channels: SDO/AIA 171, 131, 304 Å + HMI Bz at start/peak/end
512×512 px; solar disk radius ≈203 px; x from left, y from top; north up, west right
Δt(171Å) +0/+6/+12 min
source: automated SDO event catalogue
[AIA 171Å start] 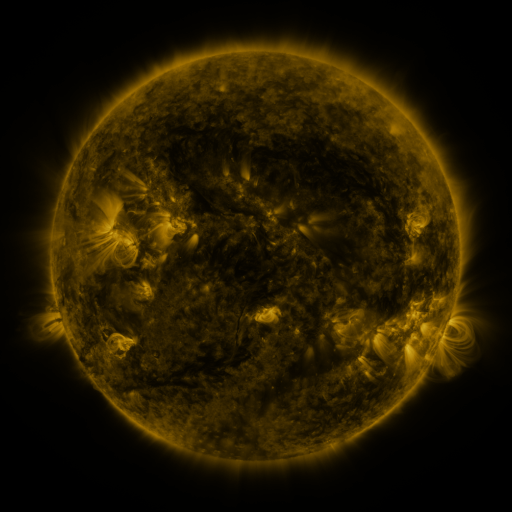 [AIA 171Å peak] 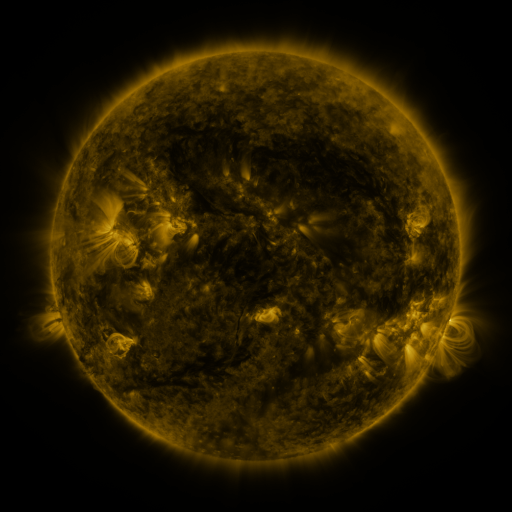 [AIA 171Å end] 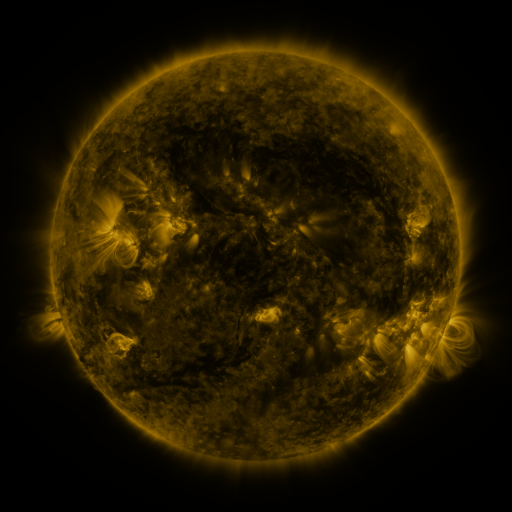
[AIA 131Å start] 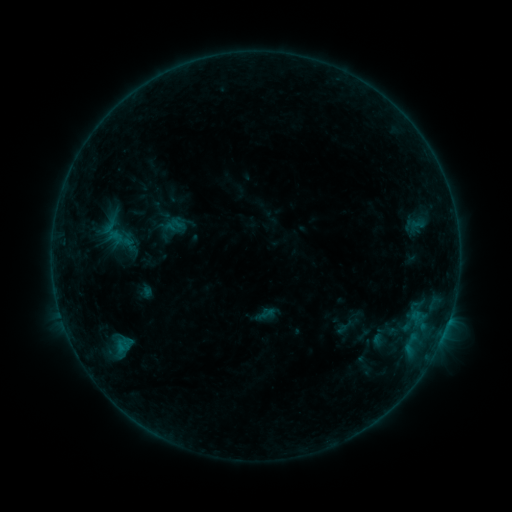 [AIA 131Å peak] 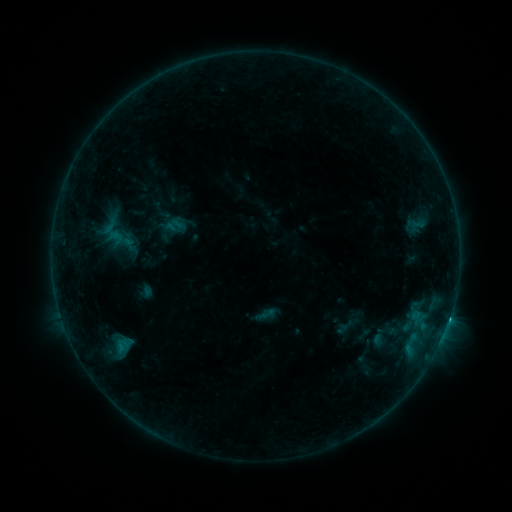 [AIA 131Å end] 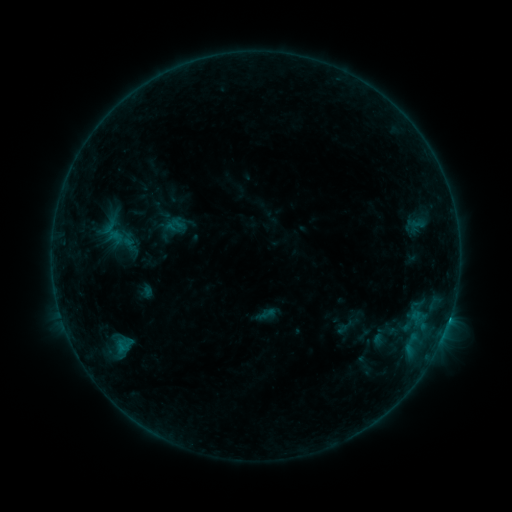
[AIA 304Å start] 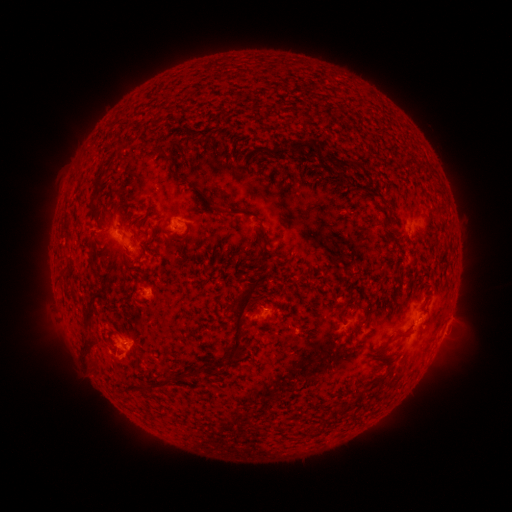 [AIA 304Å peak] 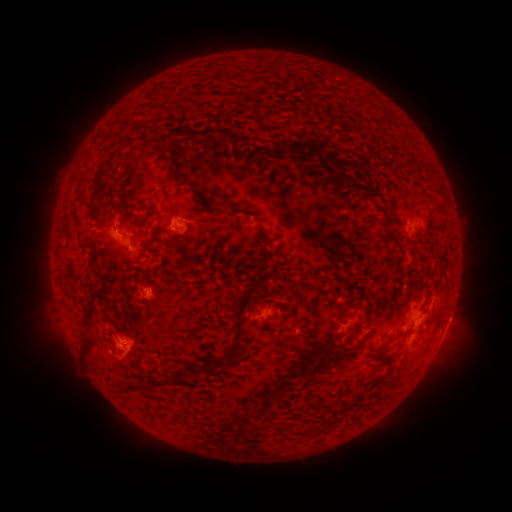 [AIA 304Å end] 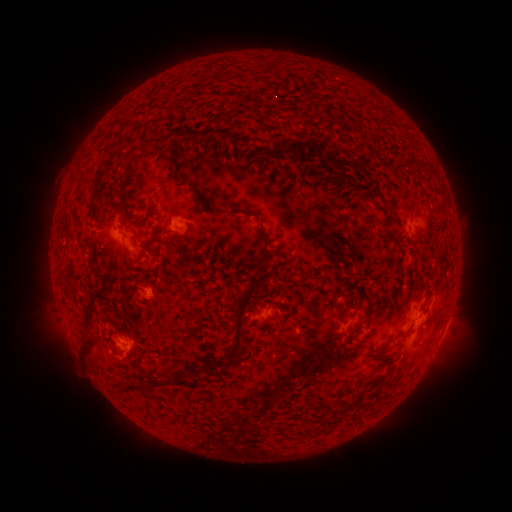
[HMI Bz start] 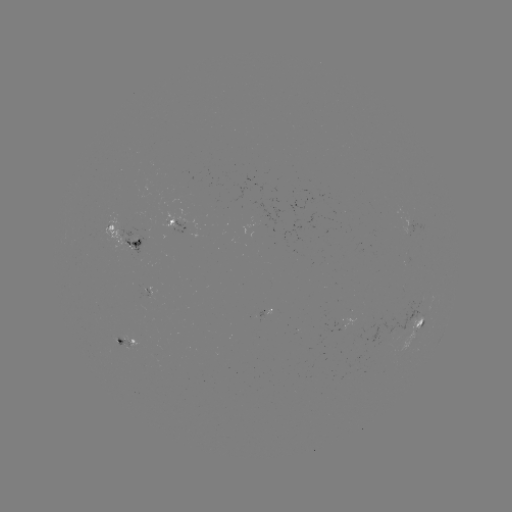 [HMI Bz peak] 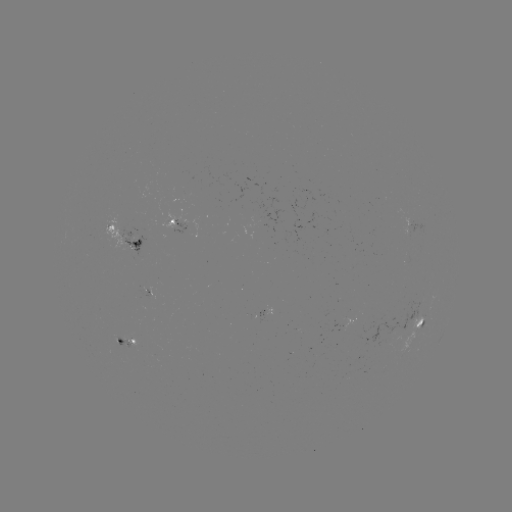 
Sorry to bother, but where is C1.5 flare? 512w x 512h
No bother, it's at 125,342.